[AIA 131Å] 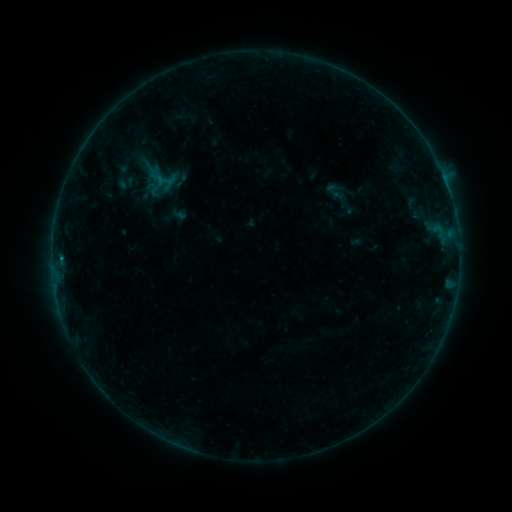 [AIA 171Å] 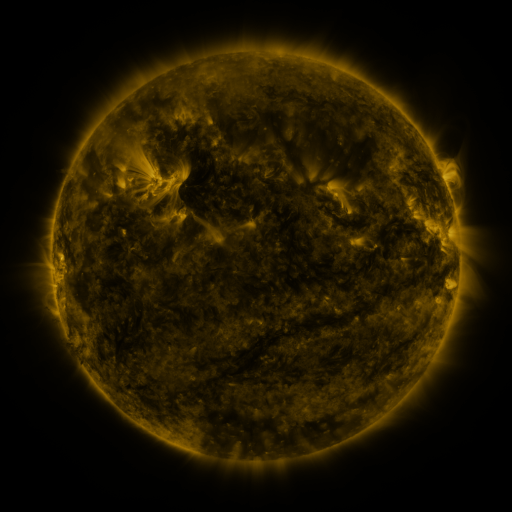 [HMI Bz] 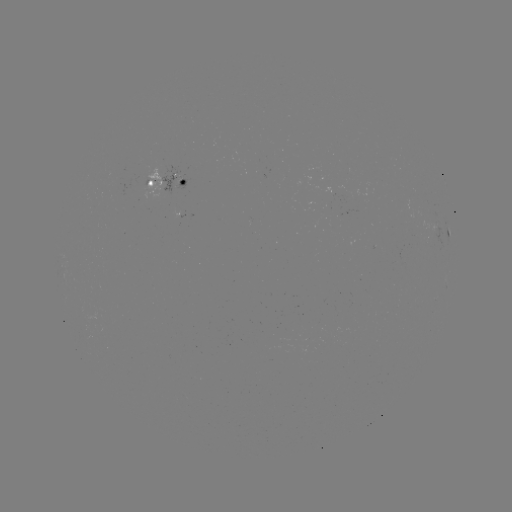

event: sigmoid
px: (334, 190)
